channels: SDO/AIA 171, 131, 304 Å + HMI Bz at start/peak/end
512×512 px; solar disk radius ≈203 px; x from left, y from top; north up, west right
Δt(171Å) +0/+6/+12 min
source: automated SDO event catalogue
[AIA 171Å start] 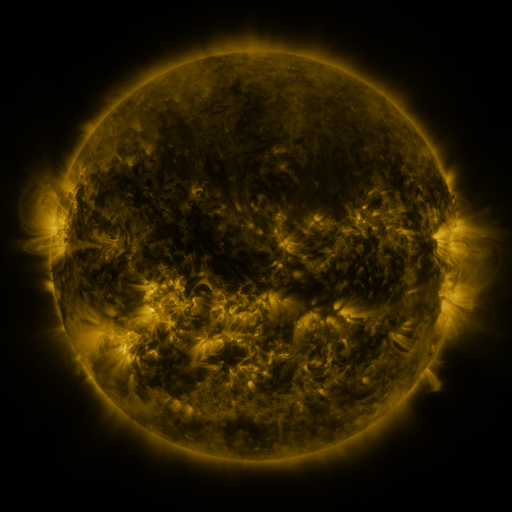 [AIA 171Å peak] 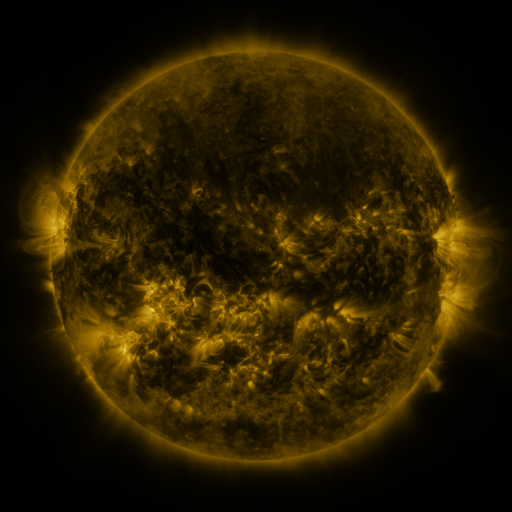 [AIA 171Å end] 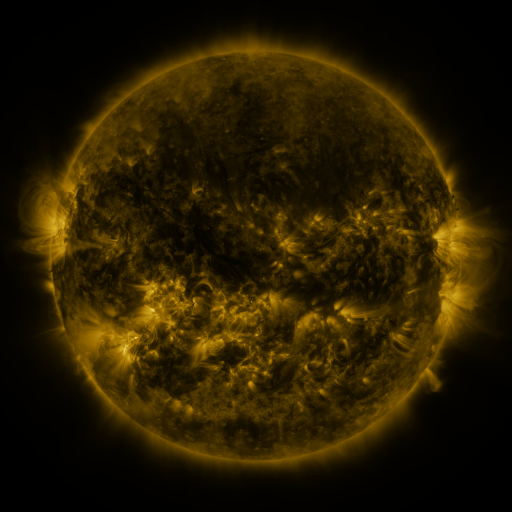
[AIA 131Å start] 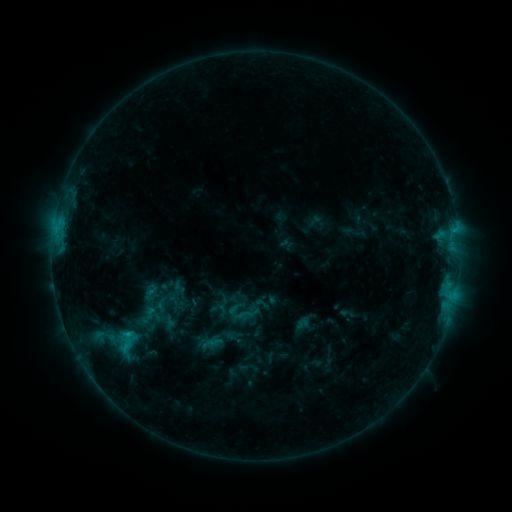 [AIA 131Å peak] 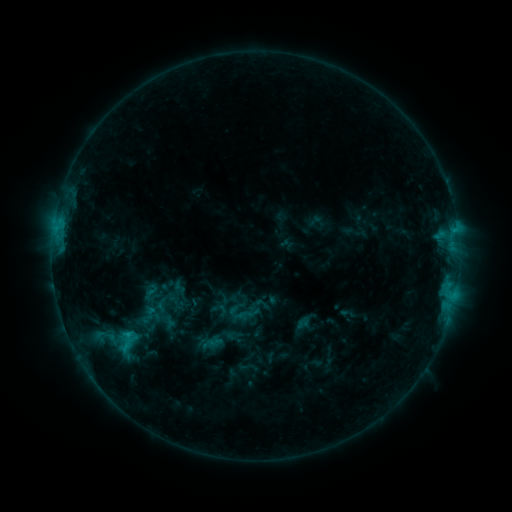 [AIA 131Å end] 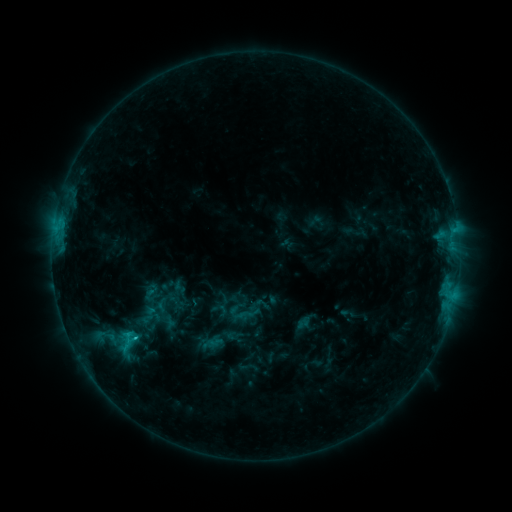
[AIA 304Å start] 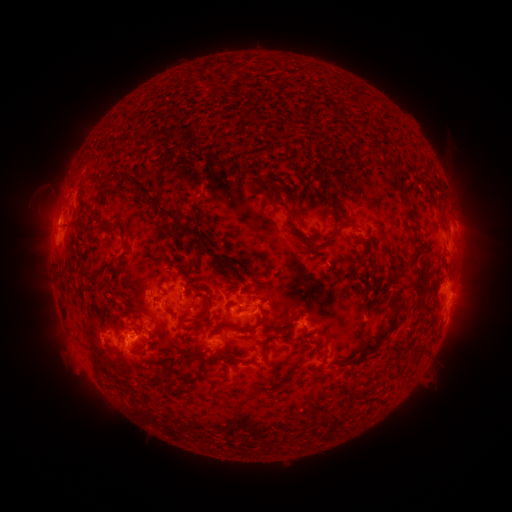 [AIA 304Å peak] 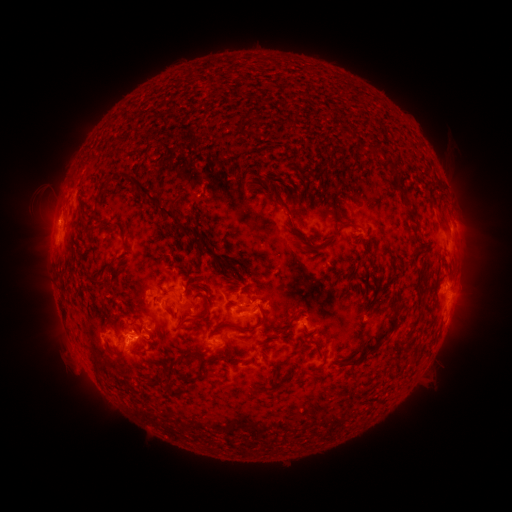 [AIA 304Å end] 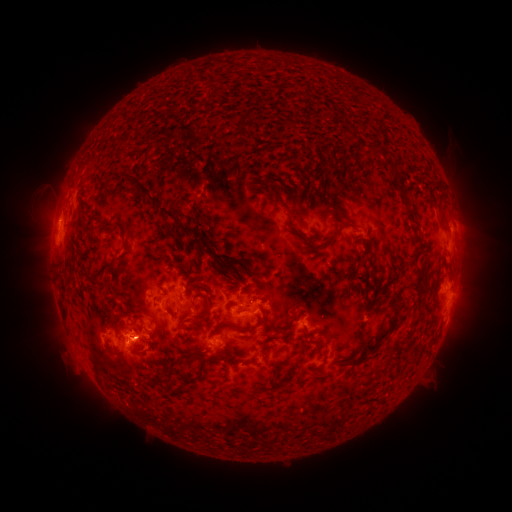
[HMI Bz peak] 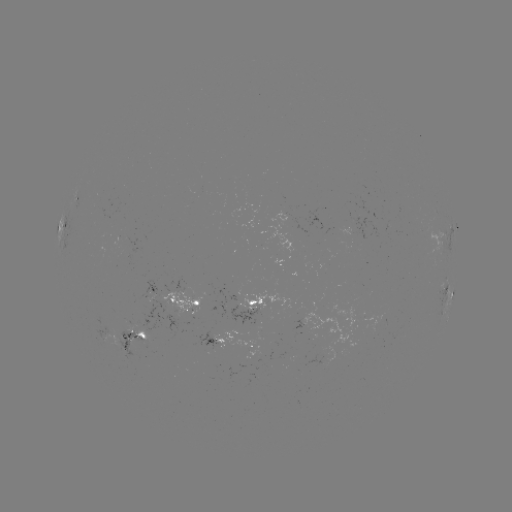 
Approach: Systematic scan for C1.6 flare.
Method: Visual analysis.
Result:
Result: C1.6 flare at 137,337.